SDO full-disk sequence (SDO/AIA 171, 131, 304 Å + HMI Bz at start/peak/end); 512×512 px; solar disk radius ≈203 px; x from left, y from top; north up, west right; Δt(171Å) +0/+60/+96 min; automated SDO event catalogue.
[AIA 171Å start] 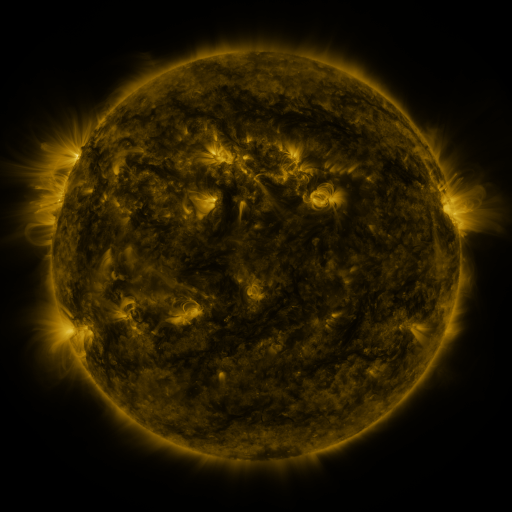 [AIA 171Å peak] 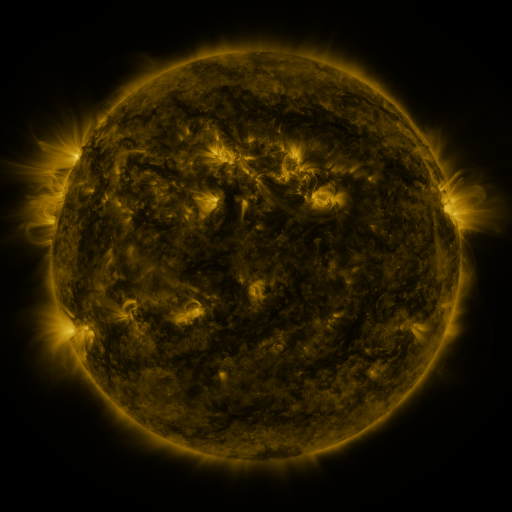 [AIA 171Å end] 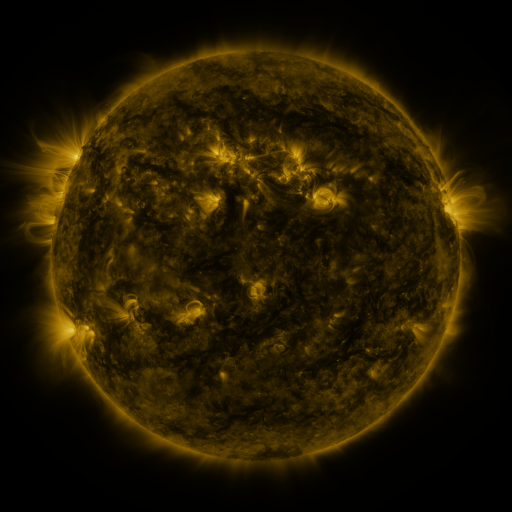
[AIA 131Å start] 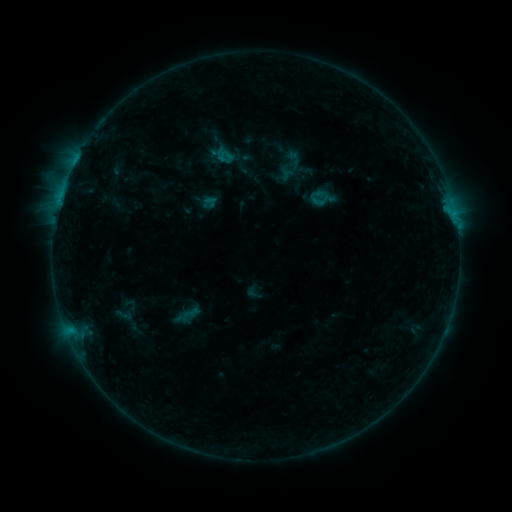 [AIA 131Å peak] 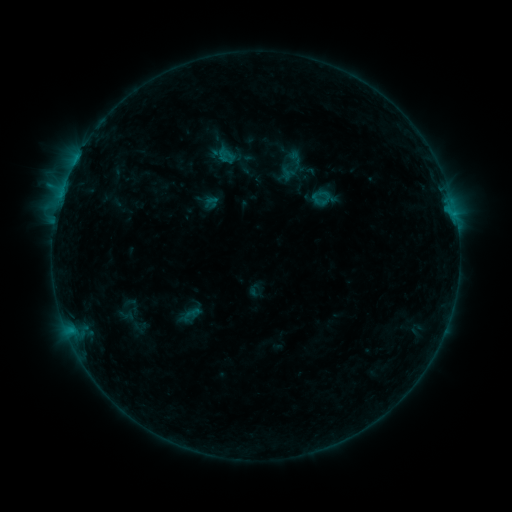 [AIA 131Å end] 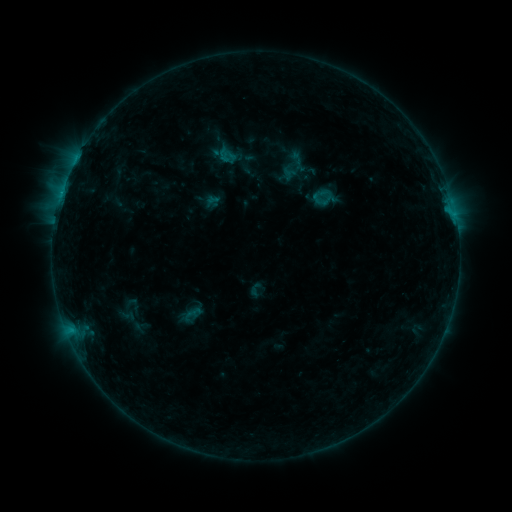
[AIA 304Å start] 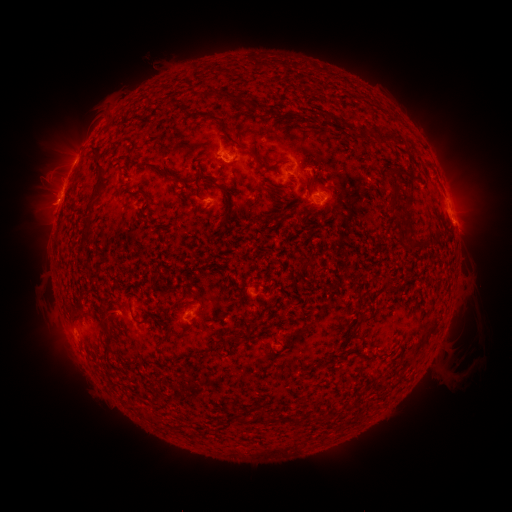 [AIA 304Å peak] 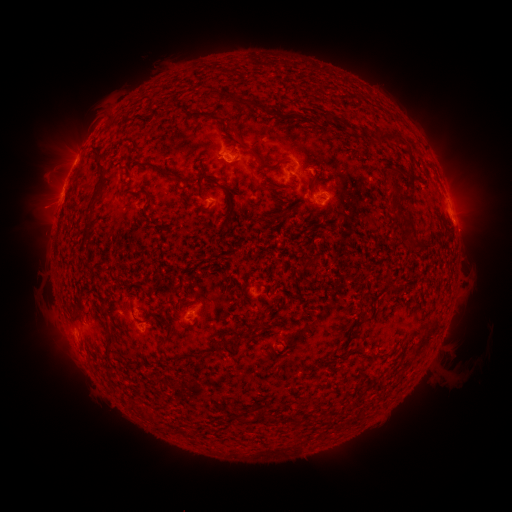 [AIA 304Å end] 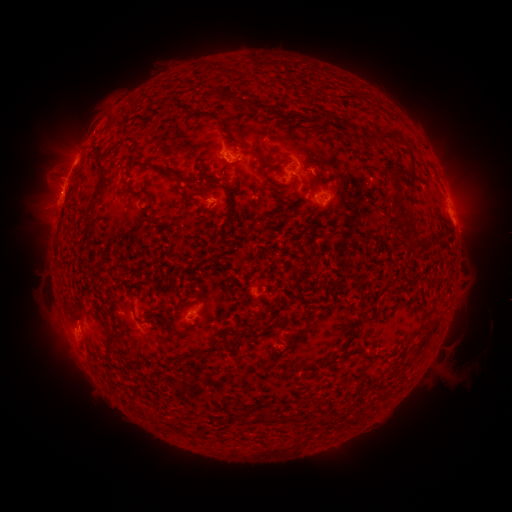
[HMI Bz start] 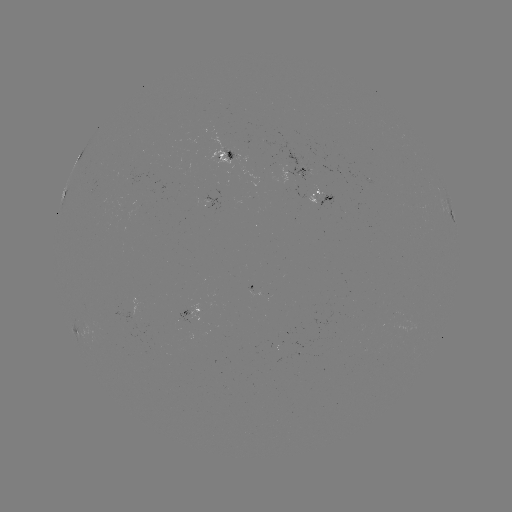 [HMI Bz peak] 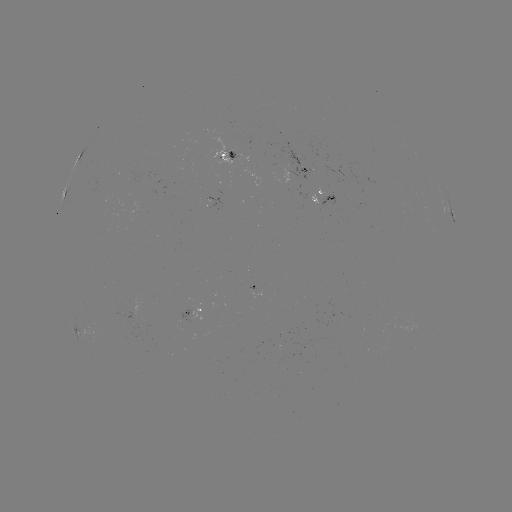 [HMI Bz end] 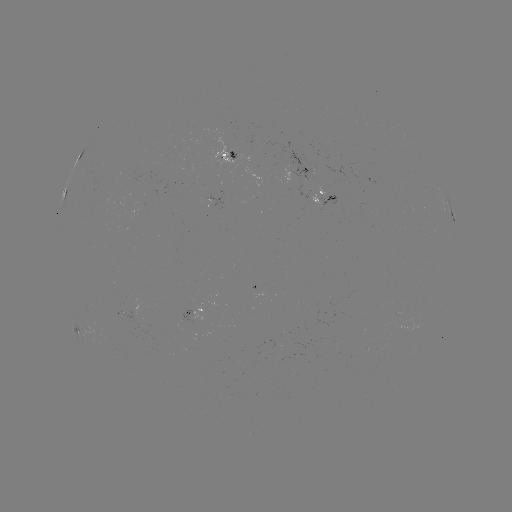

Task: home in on emerging-flux region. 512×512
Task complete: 285,333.